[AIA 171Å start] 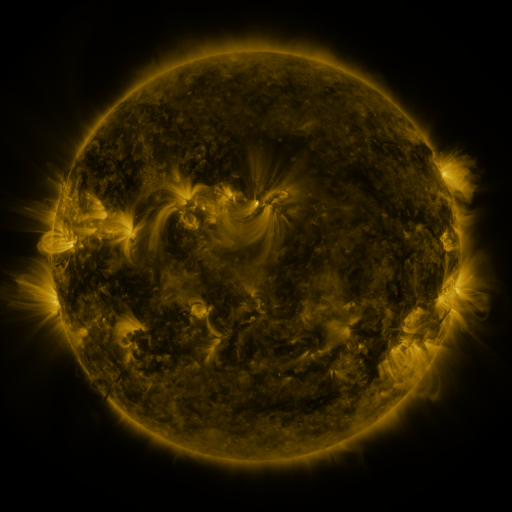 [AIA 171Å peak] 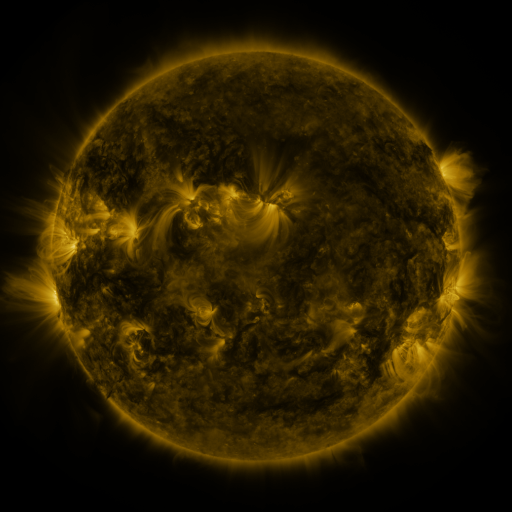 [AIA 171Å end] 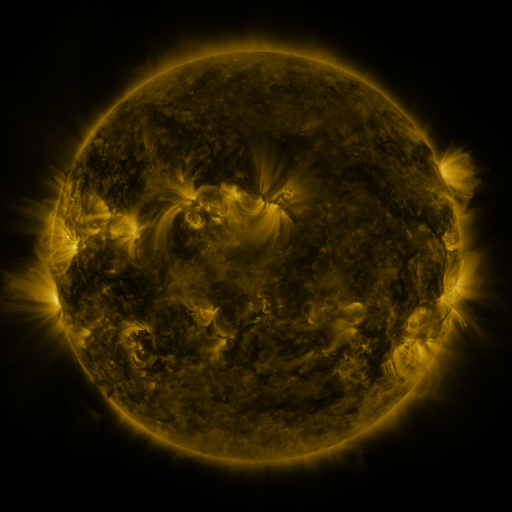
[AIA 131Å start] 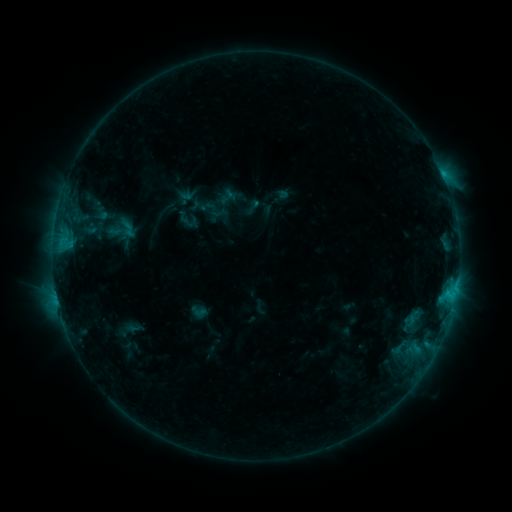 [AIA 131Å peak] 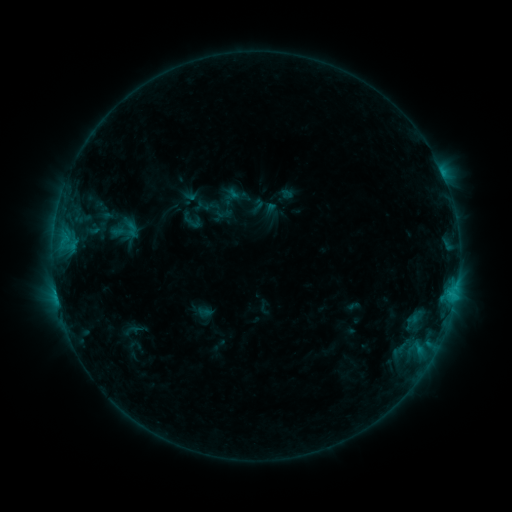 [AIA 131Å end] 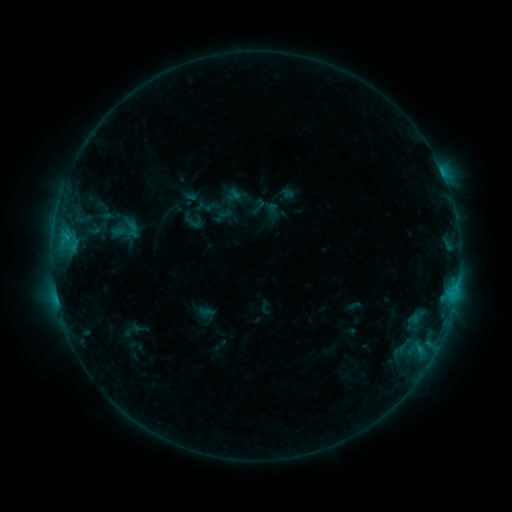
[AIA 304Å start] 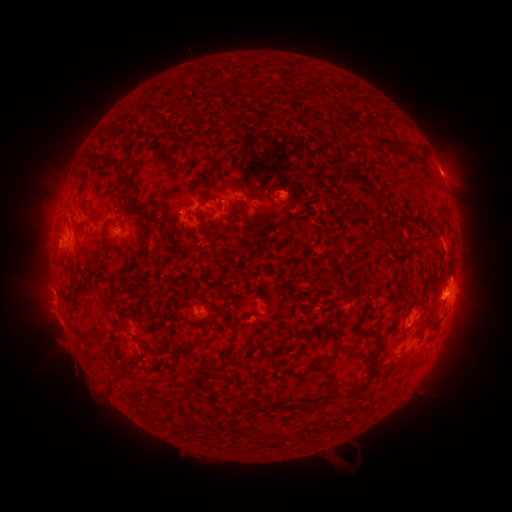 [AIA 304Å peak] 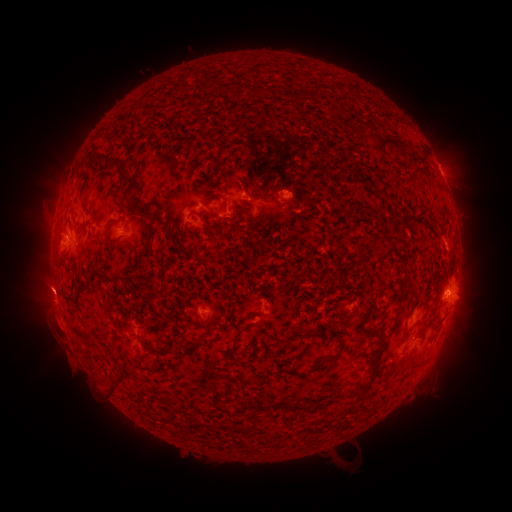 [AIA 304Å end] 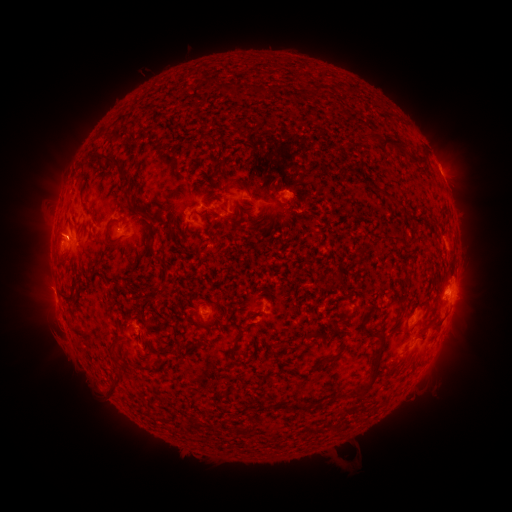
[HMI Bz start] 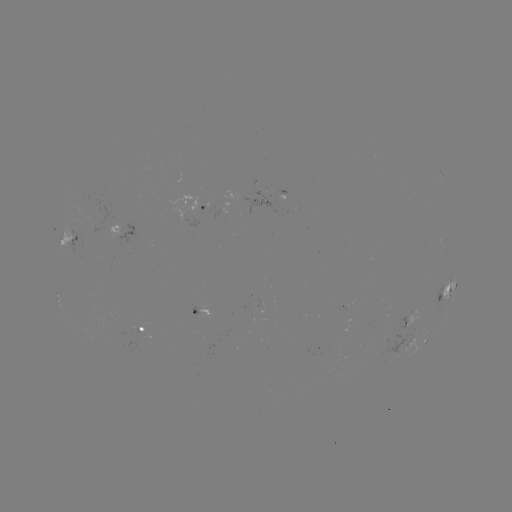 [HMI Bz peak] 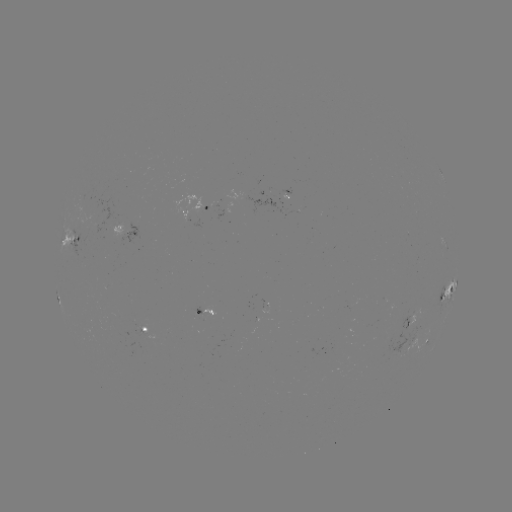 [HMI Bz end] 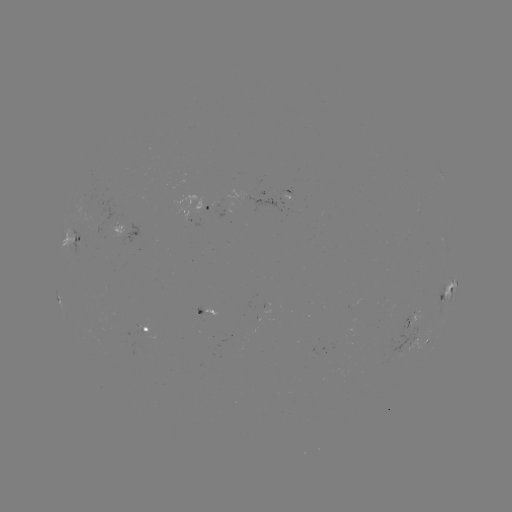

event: emerging-flux region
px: (85, 234)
